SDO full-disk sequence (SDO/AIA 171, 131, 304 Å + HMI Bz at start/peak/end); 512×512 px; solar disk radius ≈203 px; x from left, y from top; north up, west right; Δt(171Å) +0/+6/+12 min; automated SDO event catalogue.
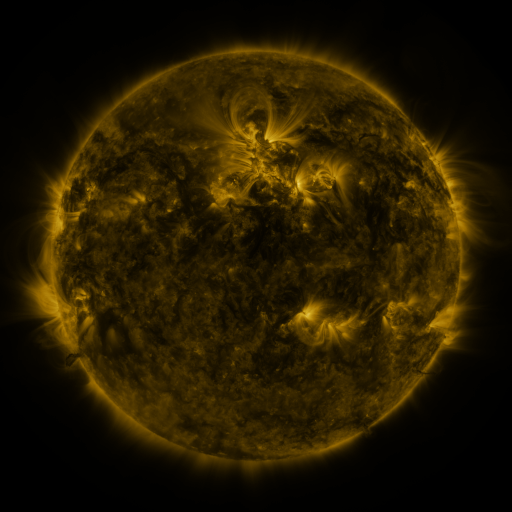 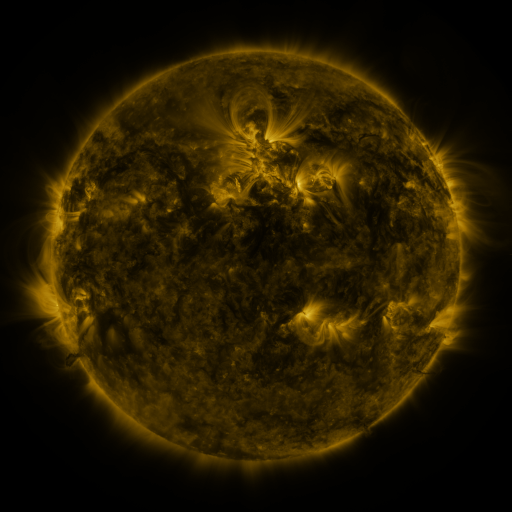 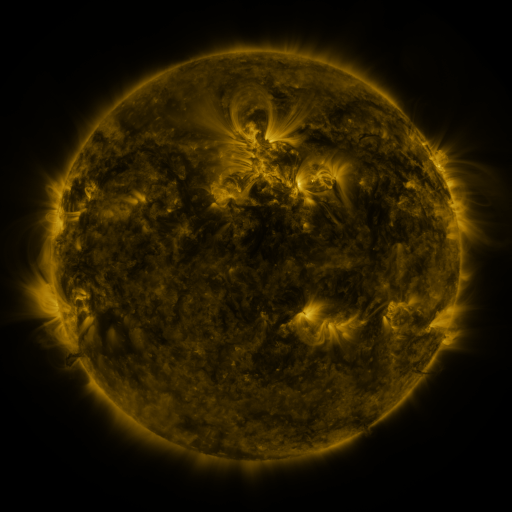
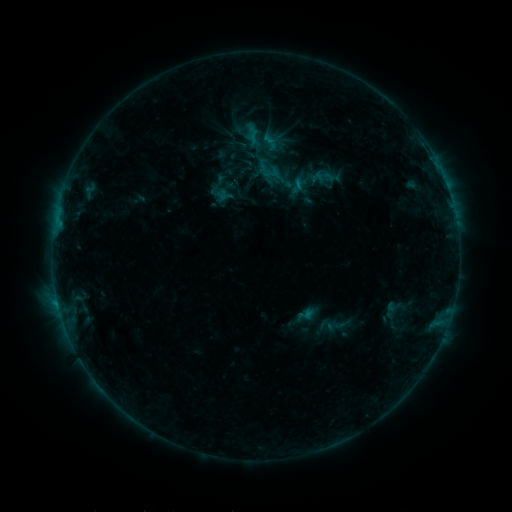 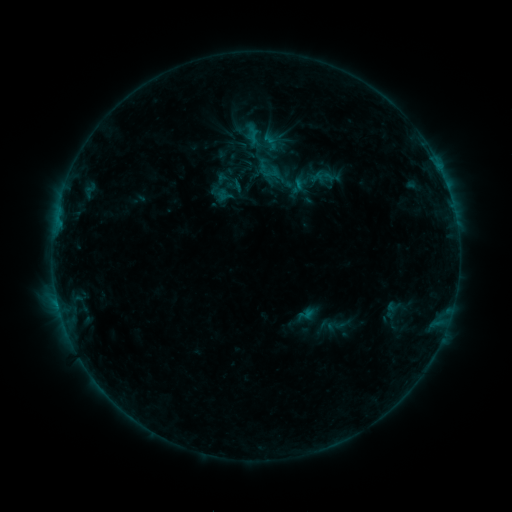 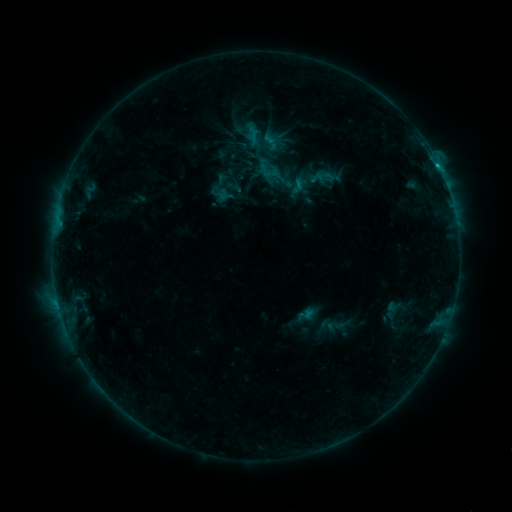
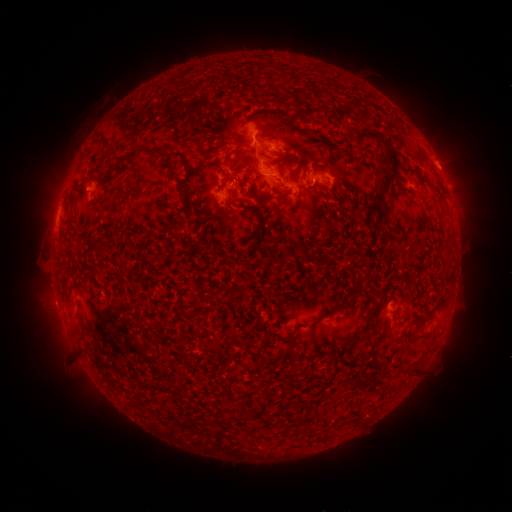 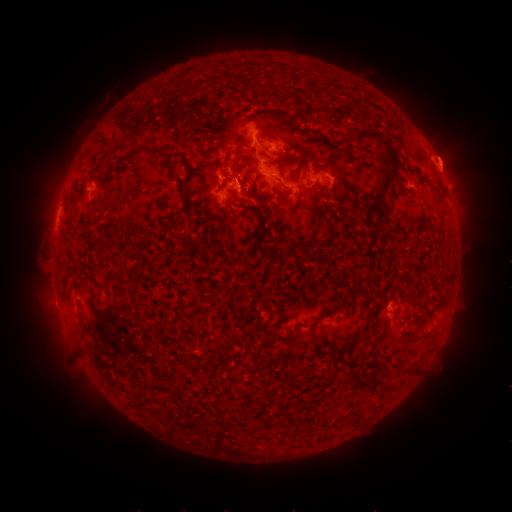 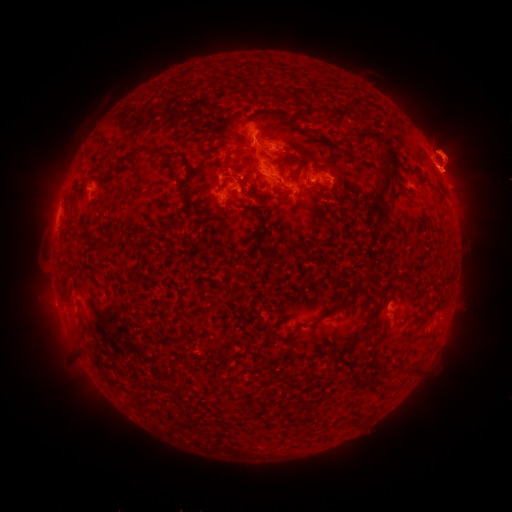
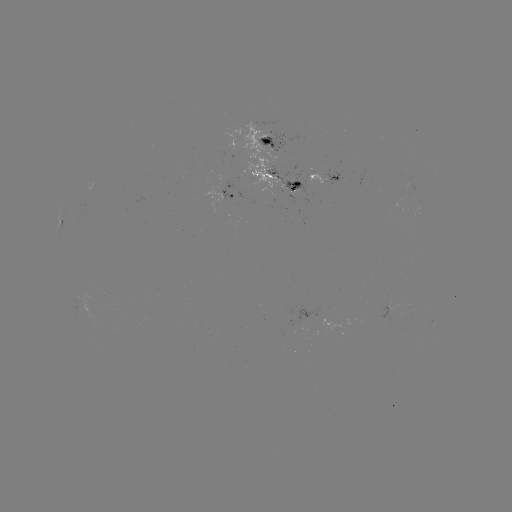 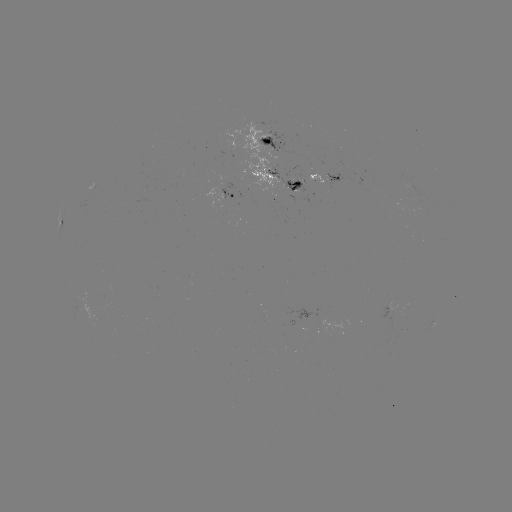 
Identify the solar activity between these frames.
eruption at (242, 187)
